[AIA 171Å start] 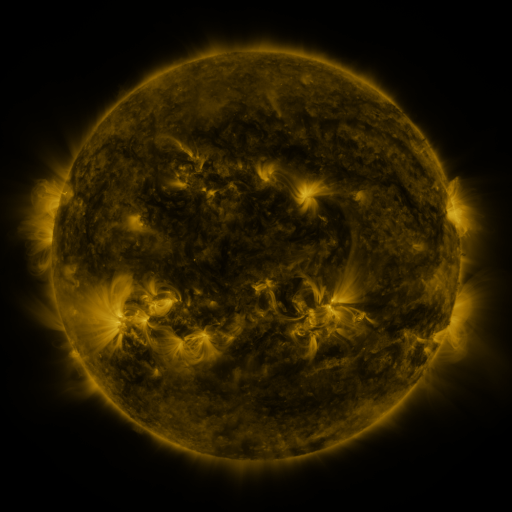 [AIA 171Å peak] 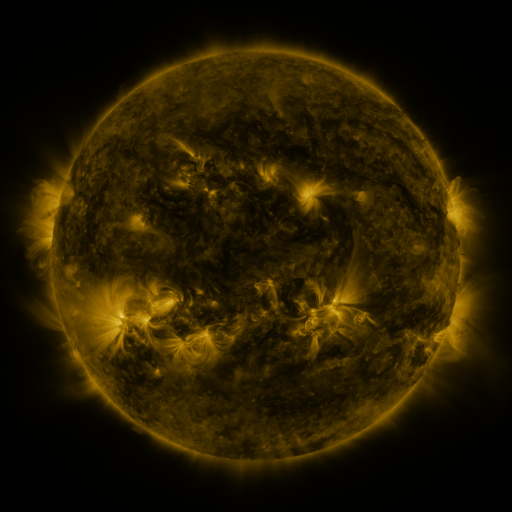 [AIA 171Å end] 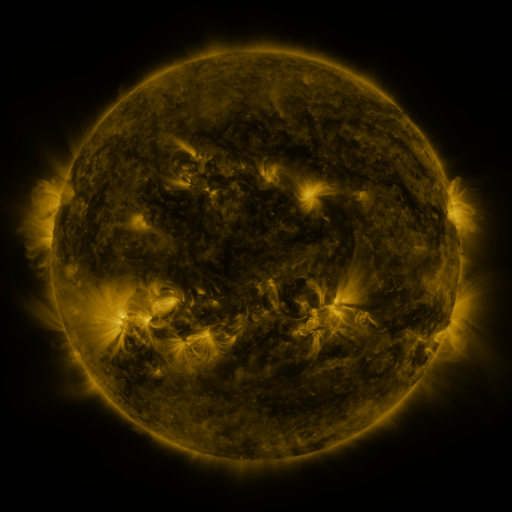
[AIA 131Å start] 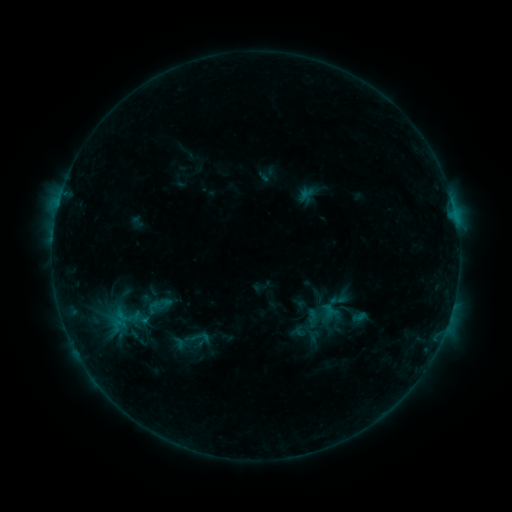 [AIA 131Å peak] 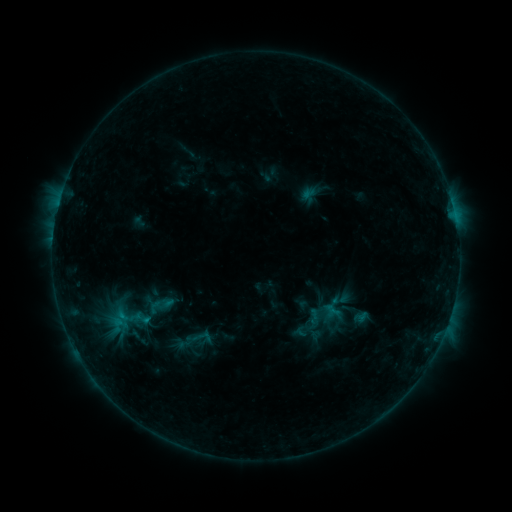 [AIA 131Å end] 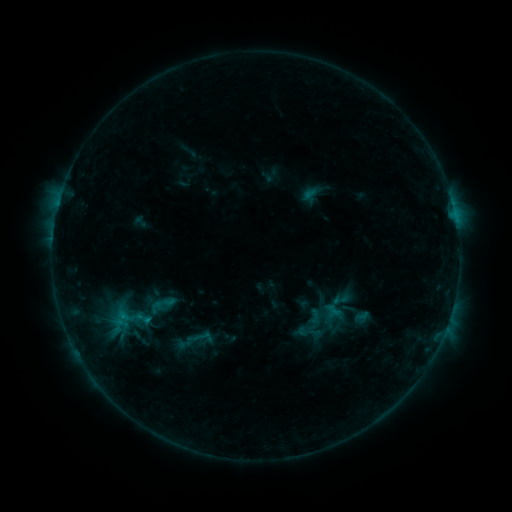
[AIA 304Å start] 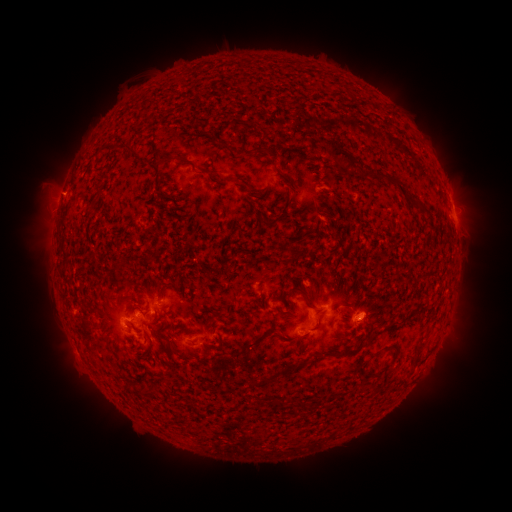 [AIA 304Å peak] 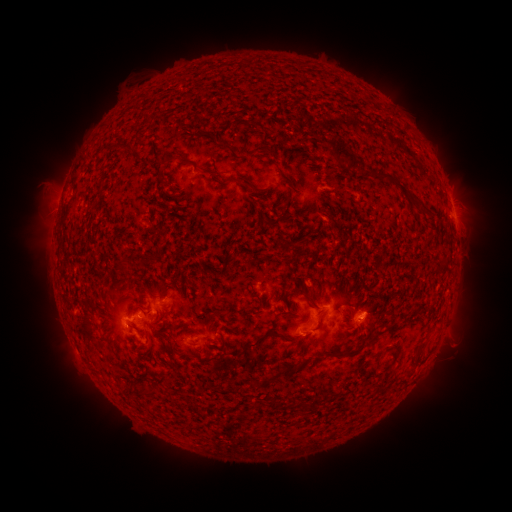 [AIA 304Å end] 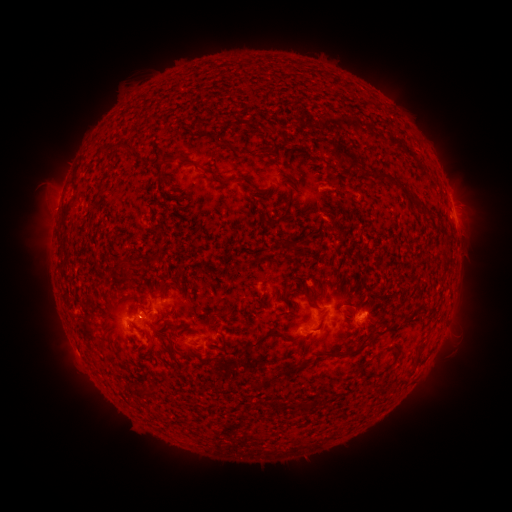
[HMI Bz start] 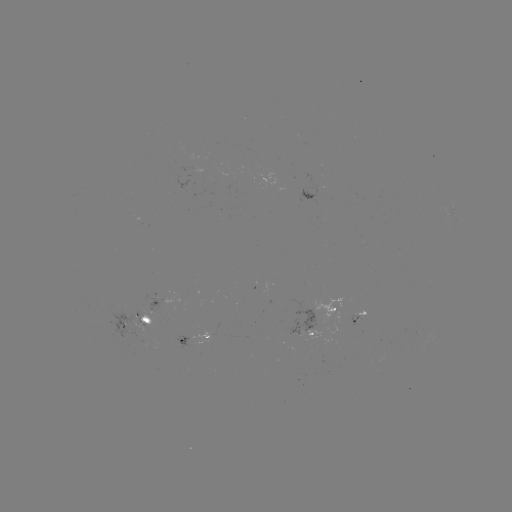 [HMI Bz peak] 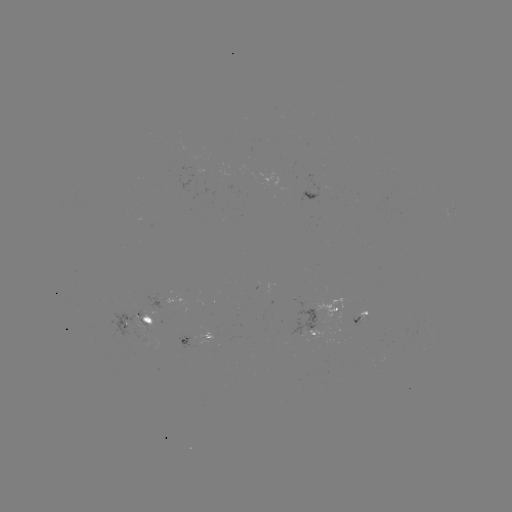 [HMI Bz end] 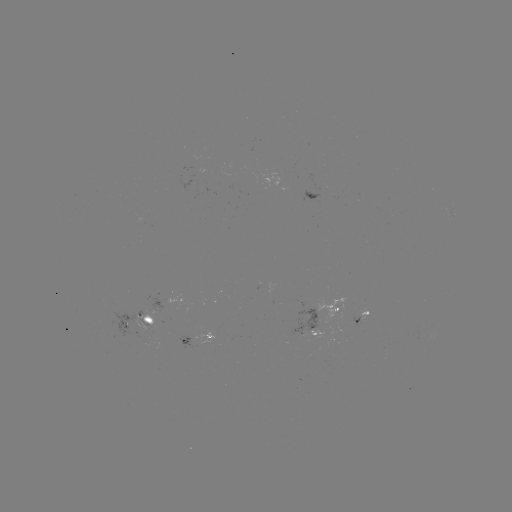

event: emerging-flux region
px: (146, 329)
